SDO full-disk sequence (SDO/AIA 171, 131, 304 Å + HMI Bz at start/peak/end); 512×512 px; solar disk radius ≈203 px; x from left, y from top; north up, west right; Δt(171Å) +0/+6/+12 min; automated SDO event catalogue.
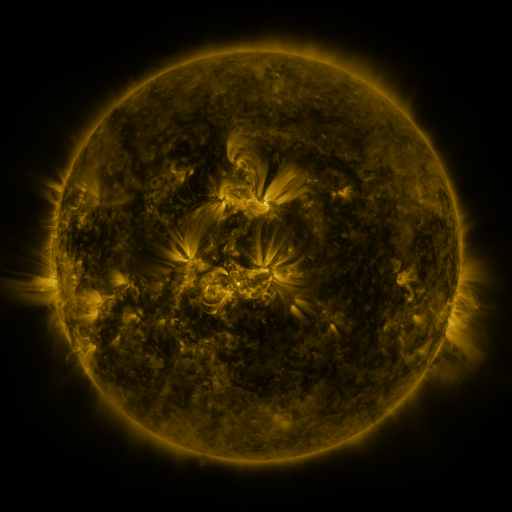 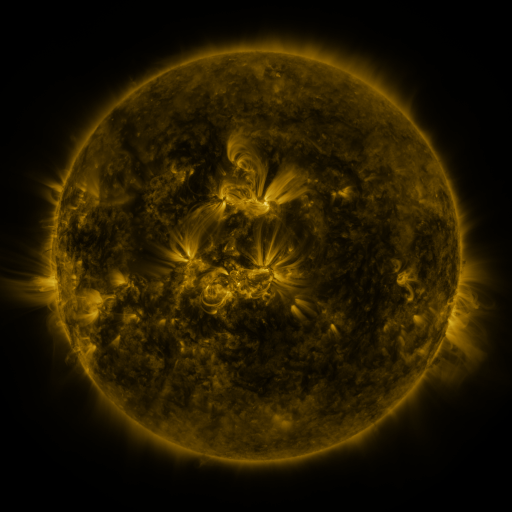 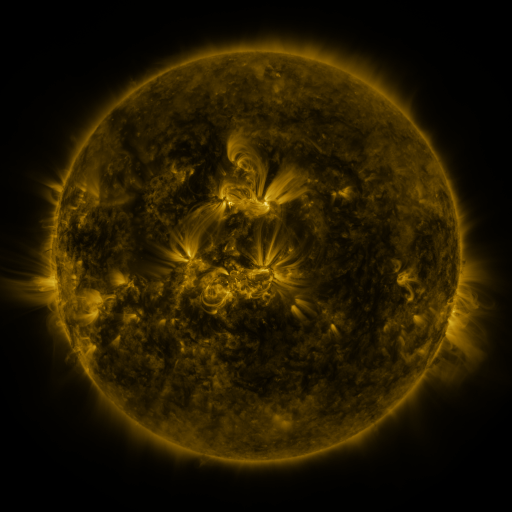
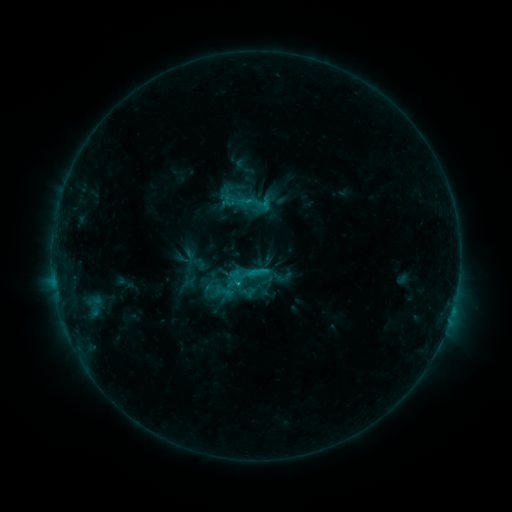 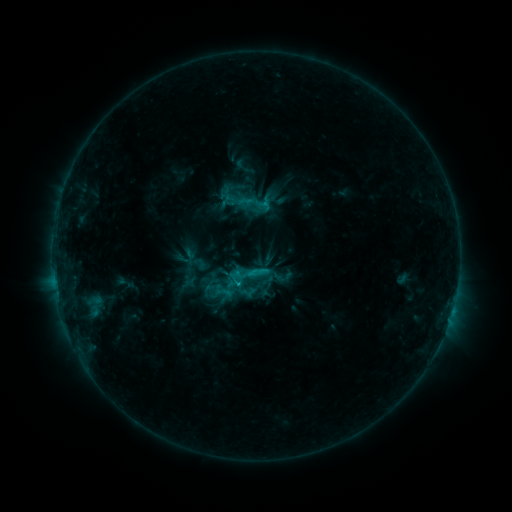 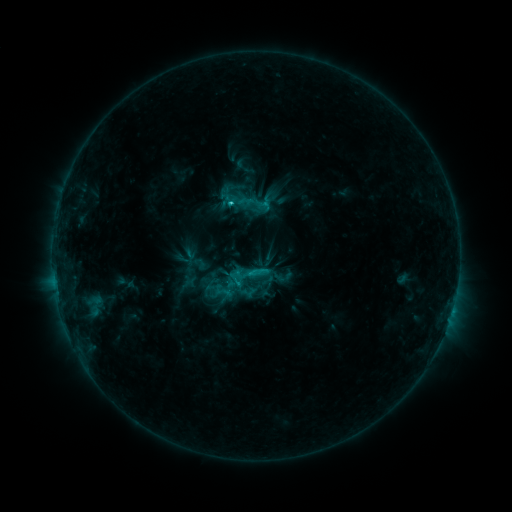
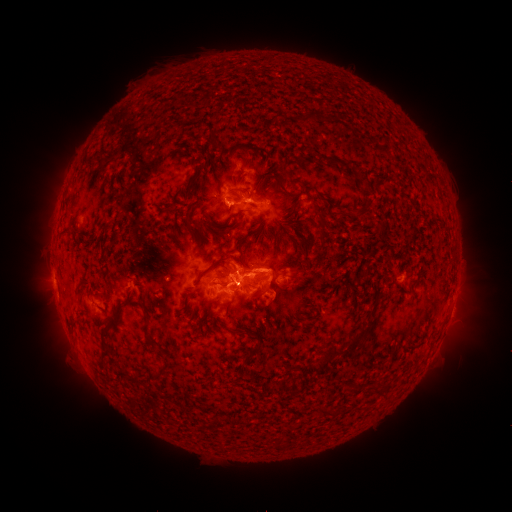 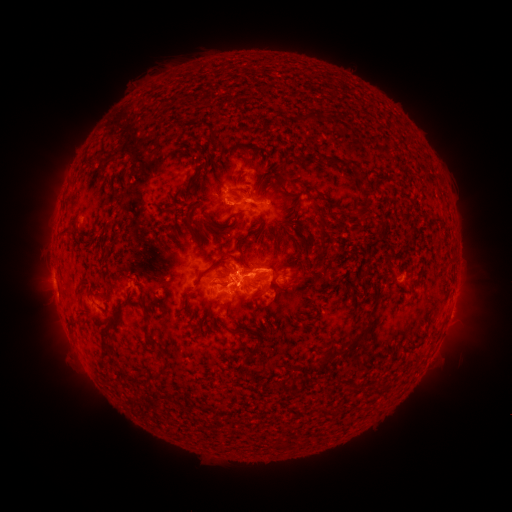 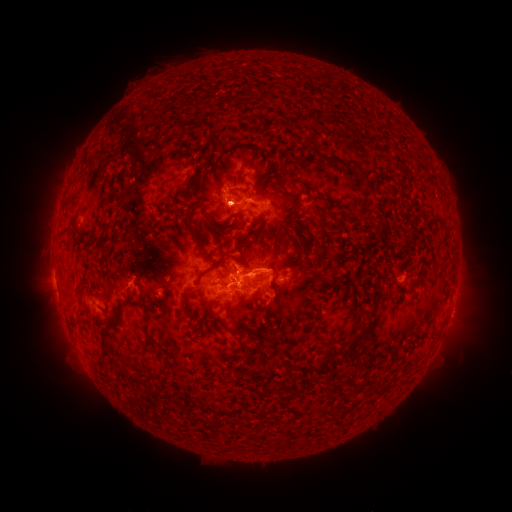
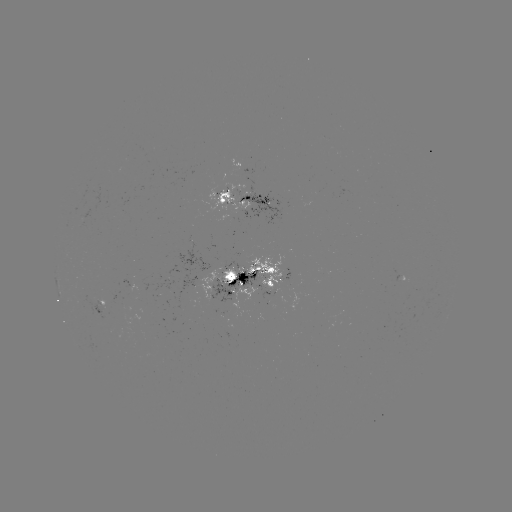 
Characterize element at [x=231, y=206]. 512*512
C2.3 flare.